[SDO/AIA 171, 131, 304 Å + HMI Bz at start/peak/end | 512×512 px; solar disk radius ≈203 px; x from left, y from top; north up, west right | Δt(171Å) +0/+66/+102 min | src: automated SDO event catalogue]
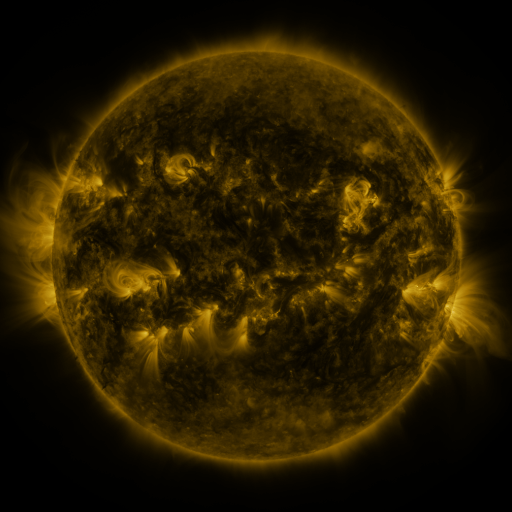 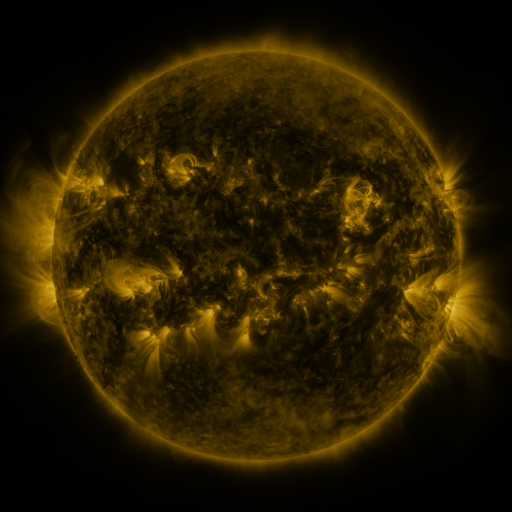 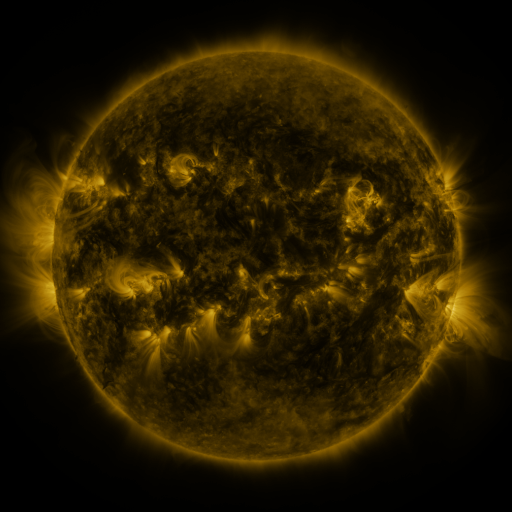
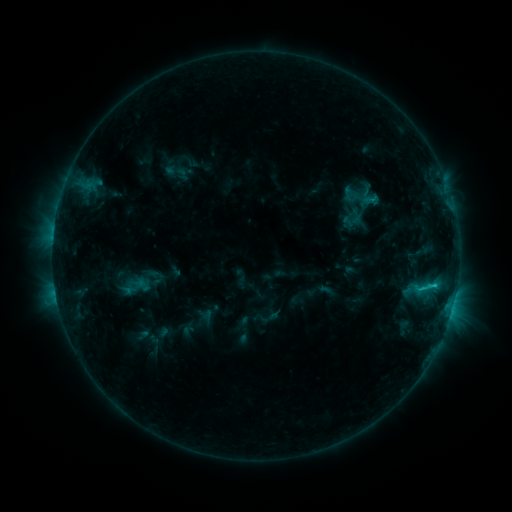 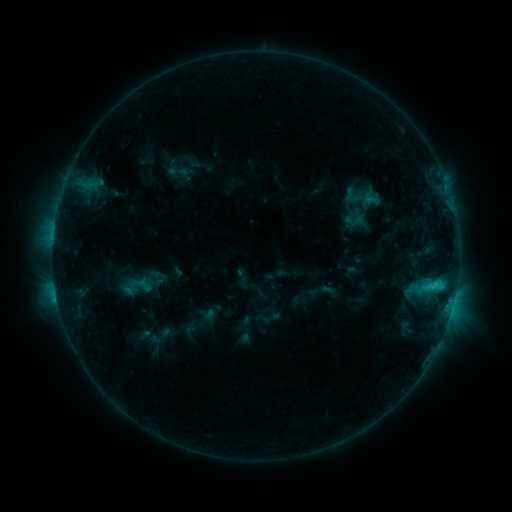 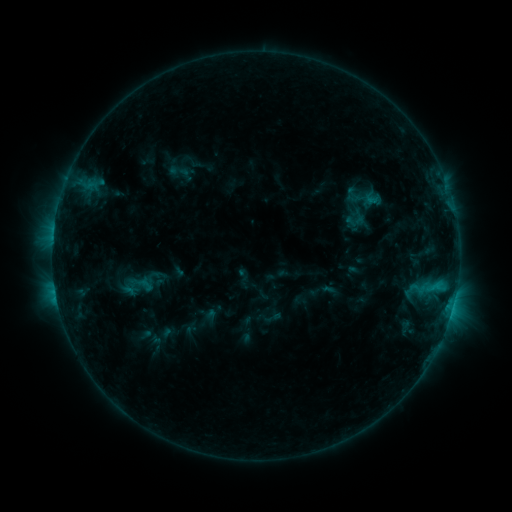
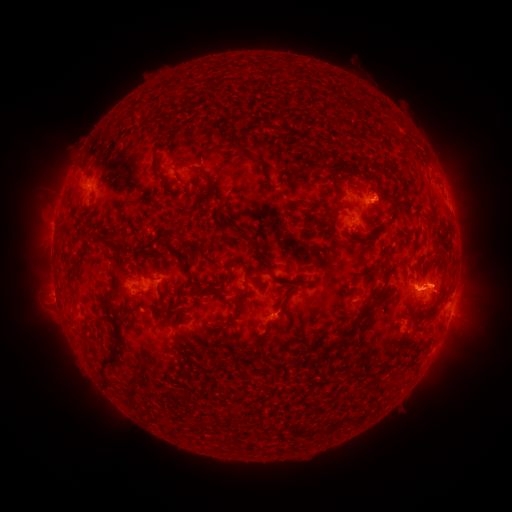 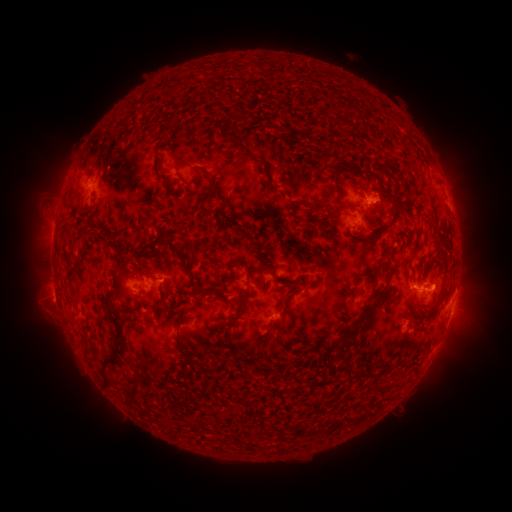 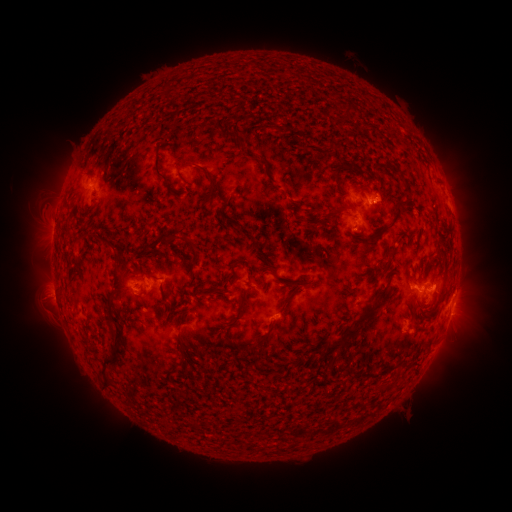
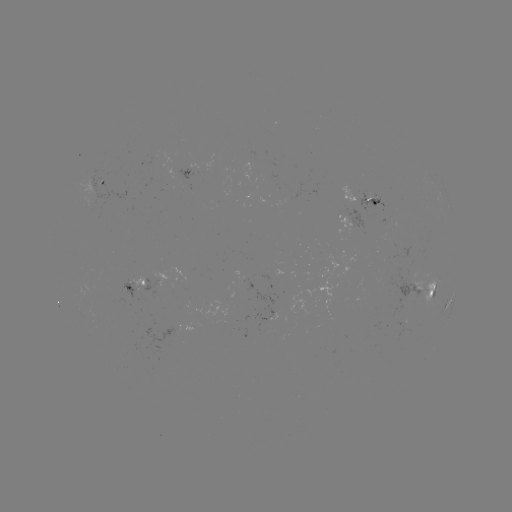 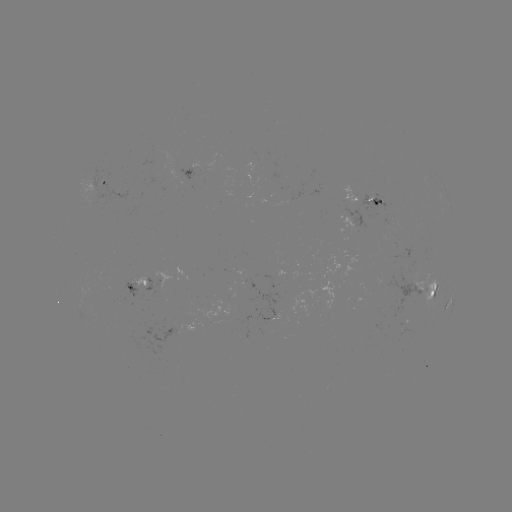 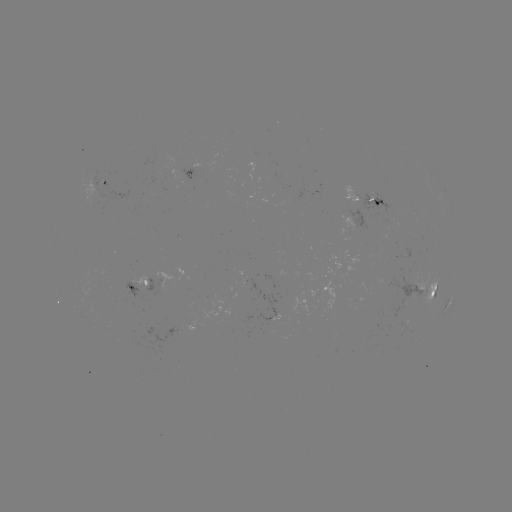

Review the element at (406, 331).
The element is emerging-flux region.